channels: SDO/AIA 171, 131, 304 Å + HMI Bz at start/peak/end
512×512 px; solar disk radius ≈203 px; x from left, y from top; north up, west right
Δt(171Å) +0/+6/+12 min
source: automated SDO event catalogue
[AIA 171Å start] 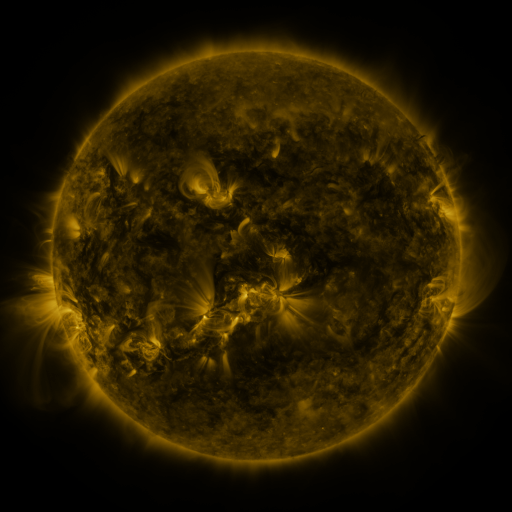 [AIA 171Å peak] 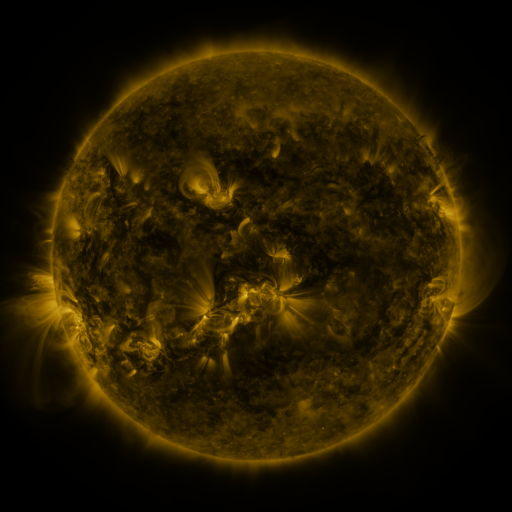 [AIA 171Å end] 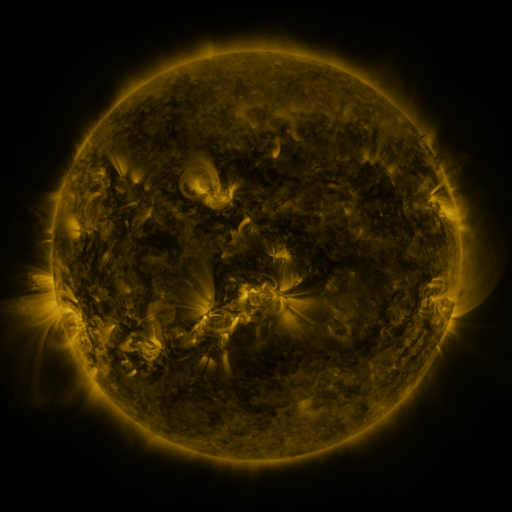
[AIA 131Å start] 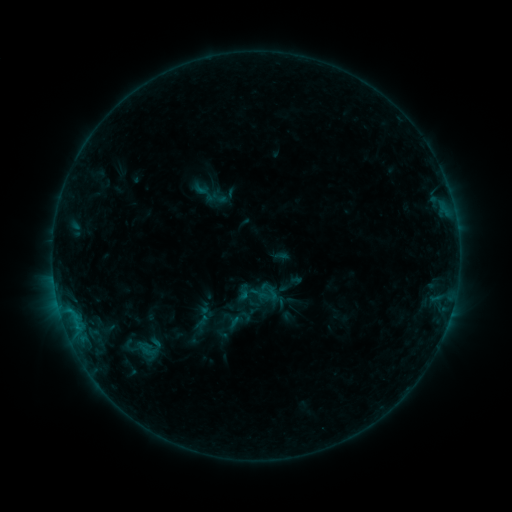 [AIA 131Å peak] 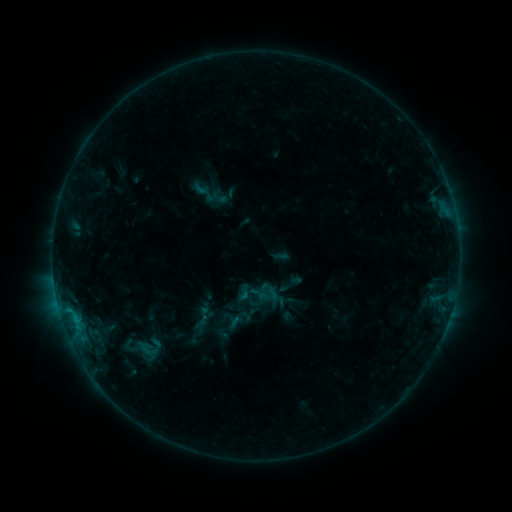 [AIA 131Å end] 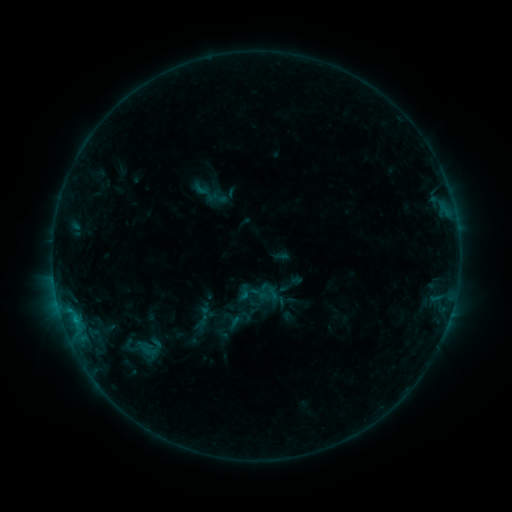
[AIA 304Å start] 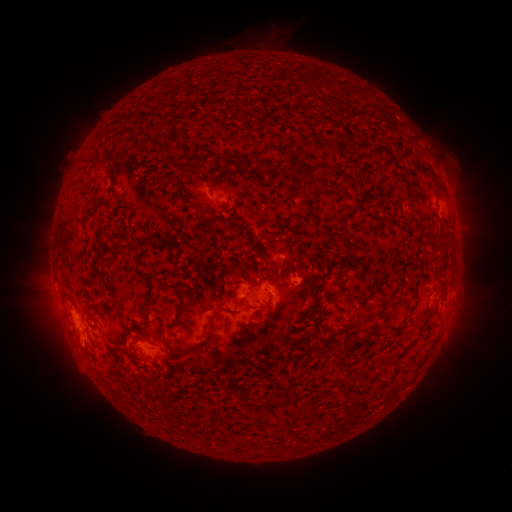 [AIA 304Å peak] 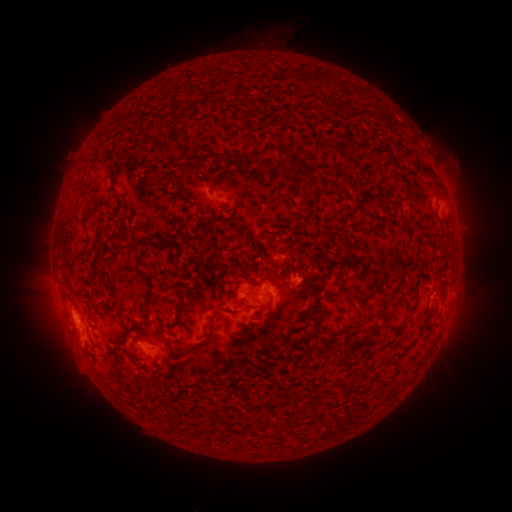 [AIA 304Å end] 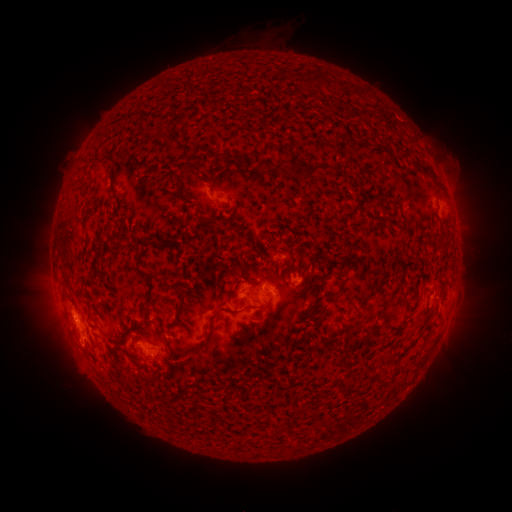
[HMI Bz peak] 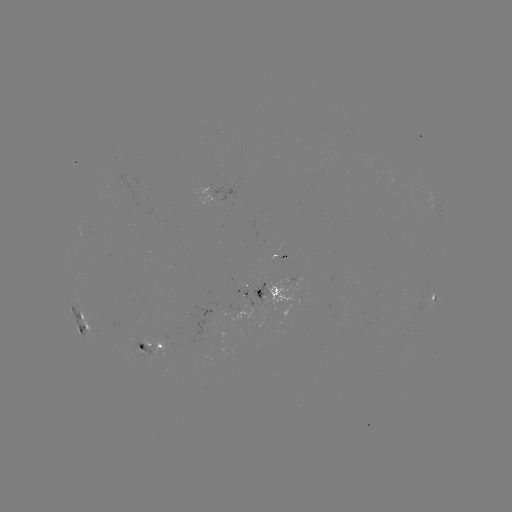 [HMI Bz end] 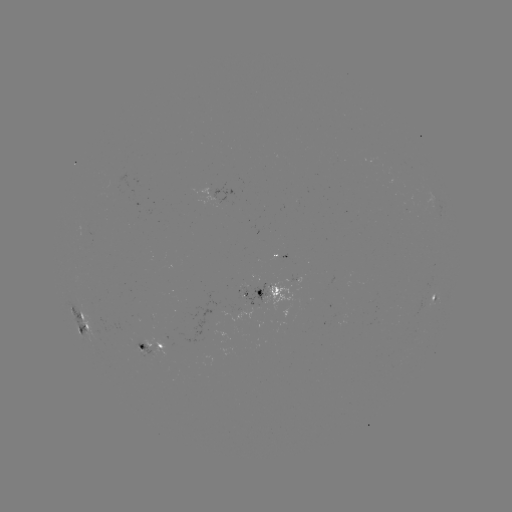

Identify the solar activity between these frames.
B8.5 flare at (76, 317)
